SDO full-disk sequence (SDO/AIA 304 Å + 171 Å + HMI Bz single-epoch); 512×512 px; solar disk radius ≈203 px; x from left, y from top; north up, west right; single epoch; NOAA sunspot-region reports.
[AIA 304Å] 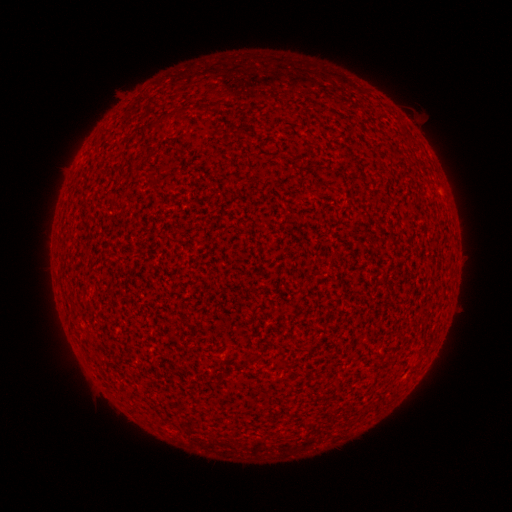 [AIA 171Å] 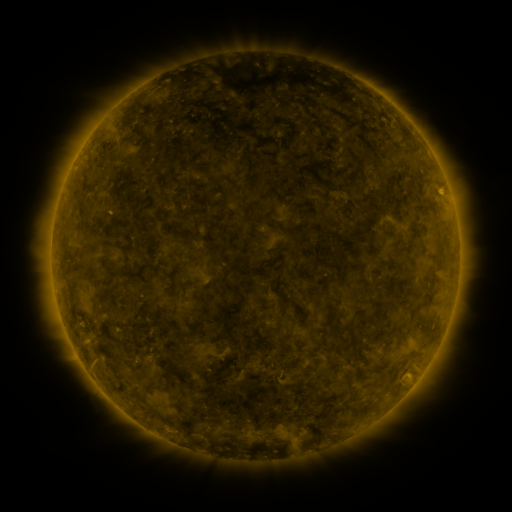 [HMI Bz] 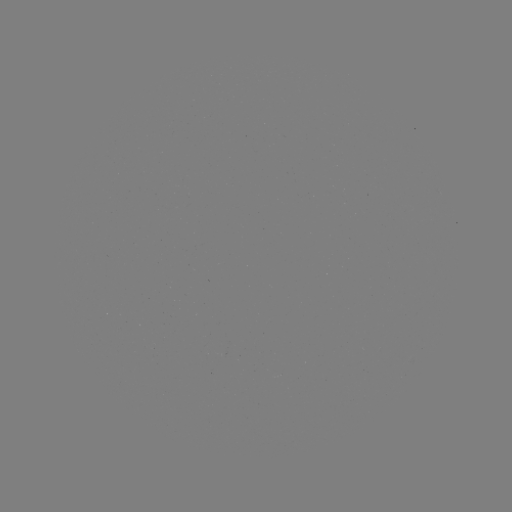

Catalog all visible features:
(none)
